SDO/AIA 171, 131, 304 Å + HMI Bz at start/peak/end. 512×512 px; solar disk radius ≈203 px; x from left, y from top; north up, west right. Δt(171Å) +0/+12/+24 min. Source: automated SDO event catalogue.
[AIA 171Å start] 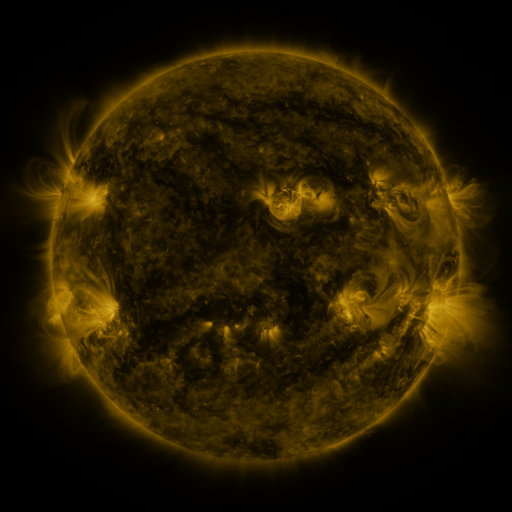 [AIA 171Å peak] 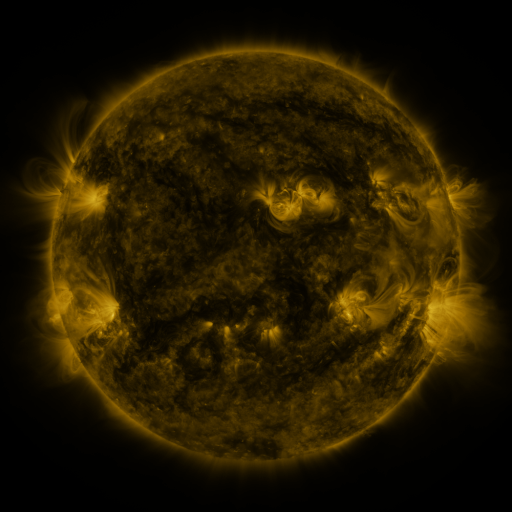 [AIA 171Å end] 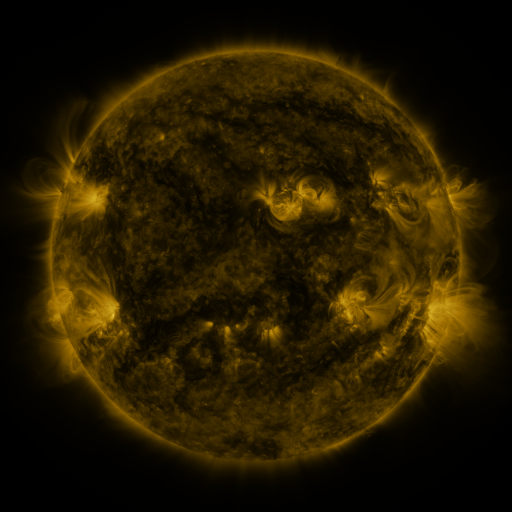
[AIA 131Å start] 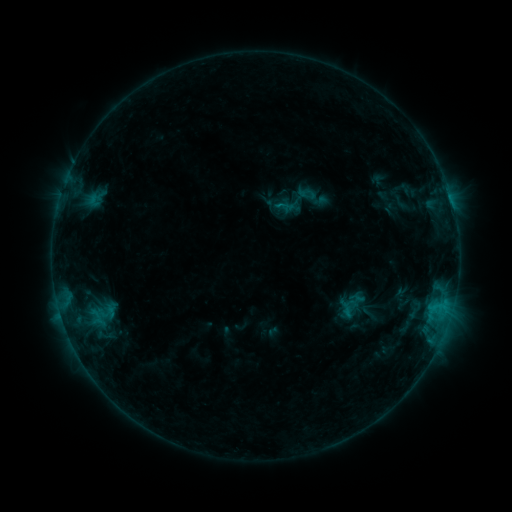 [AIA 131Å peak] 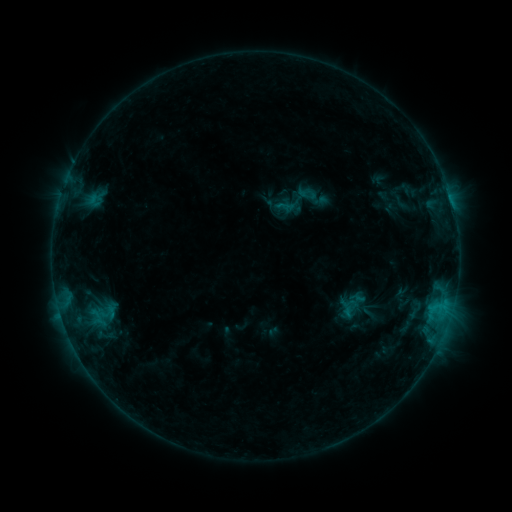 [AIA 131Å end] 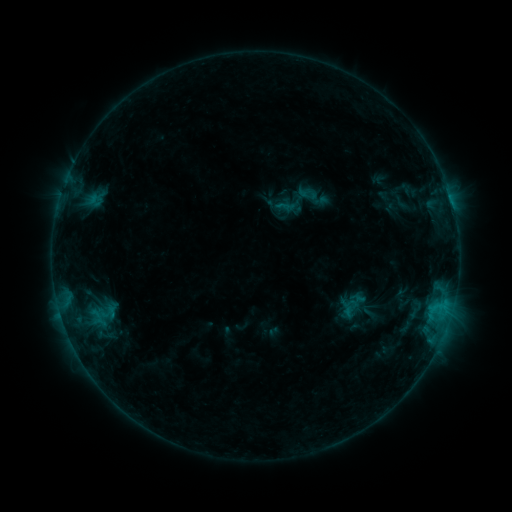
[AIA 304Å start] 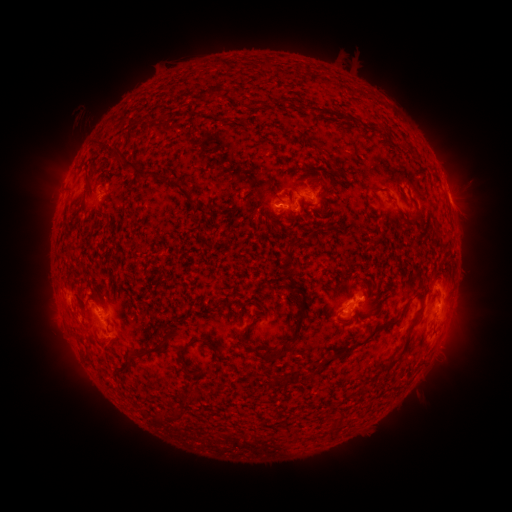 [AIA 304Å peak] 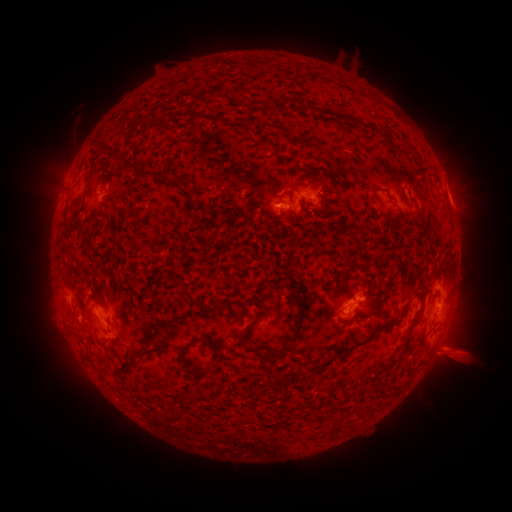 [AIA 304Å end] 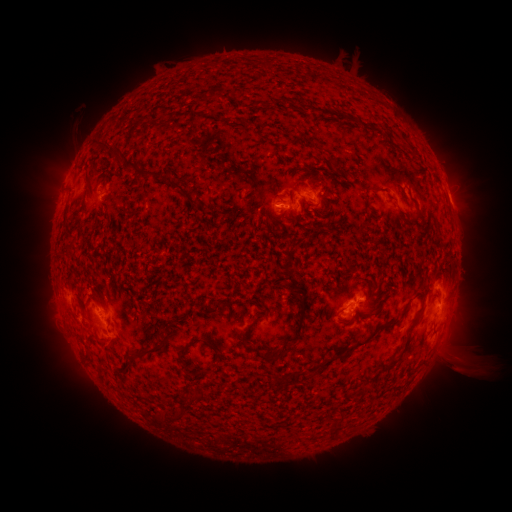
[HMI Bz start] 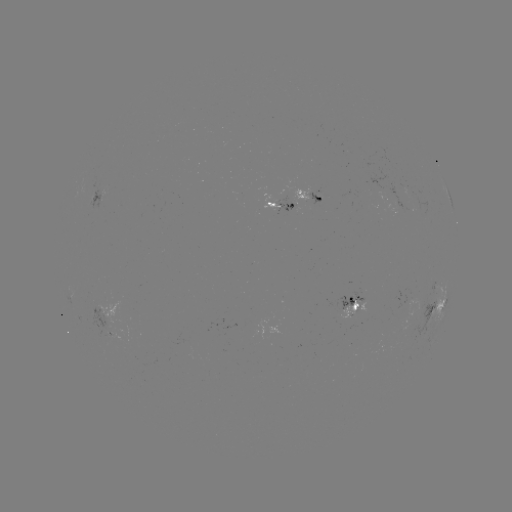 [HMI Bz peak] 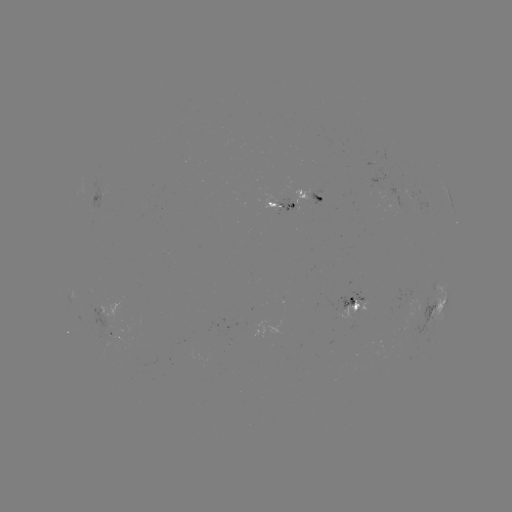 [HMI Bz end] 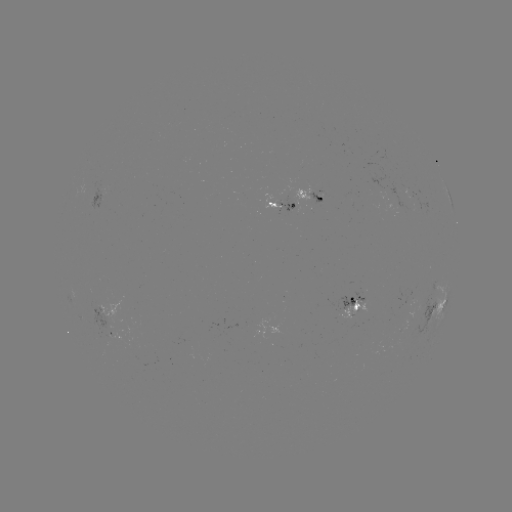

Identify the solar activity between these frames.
eruption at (455, 356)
